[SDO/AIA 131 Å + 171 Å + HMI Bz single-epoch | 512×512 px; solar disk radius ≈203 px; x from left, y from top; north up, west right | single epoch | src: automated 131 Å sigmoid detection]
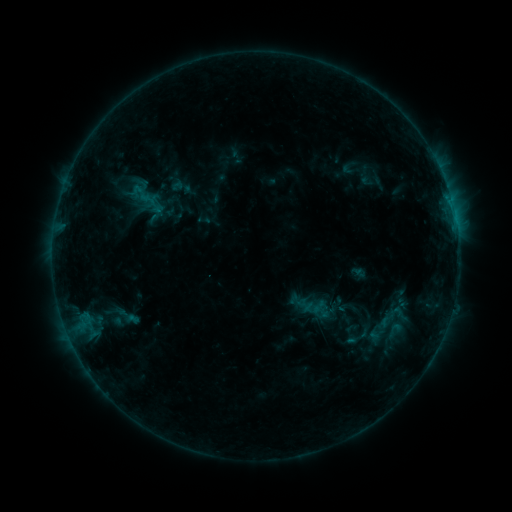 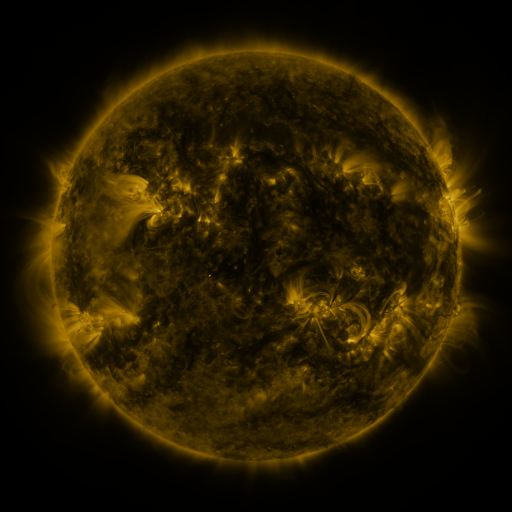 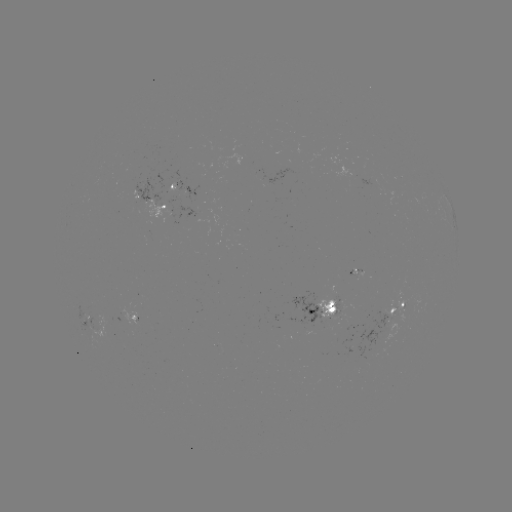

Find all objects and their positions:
sigmoid: <bbox>383, 319, 404, 342</bbox>
sigmoid: <bbox>345, 323, 370, 350</bbox>
